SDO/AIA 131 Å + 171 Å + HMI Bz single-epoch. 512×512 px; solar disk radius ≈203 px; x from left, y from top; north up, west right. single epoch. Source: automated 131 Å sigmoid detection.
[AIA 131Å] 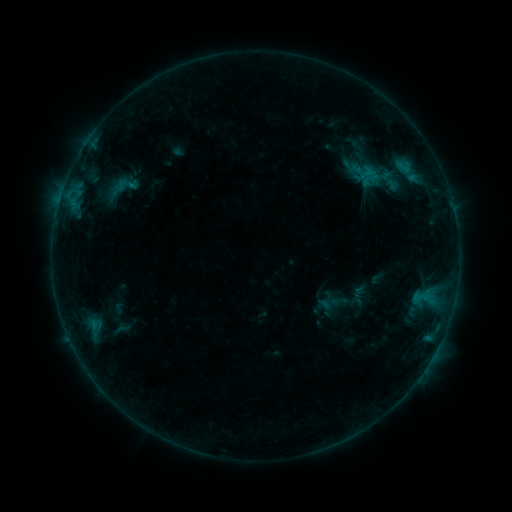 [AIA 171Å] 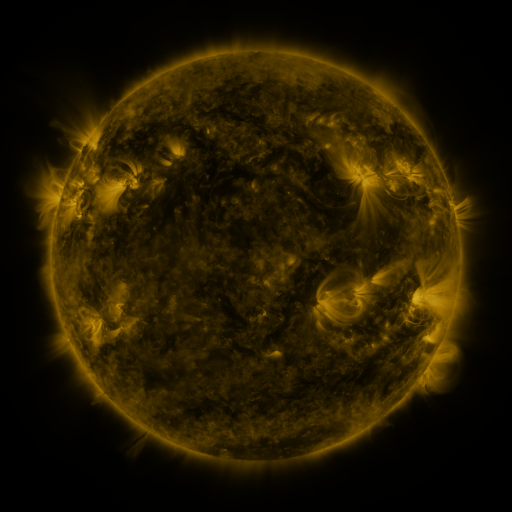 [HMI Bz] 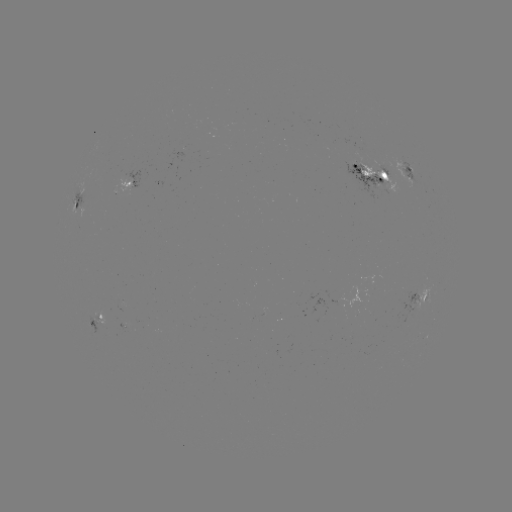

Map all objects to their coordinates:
sigmoid: [335, 140, 397, 191]
